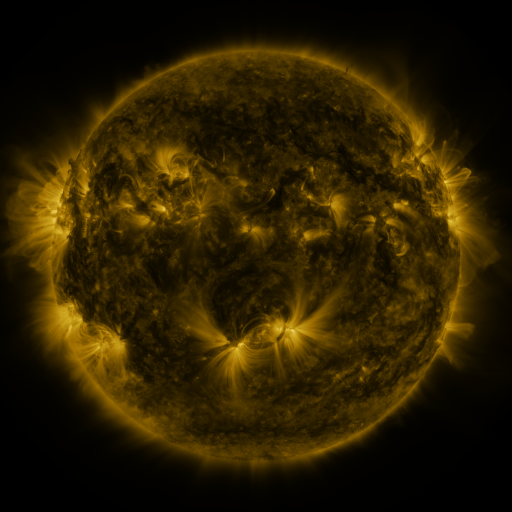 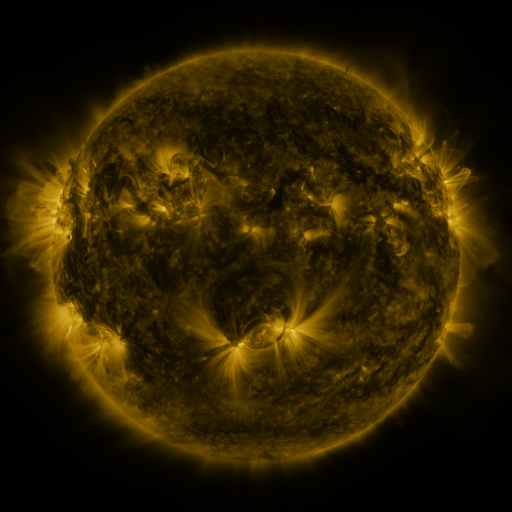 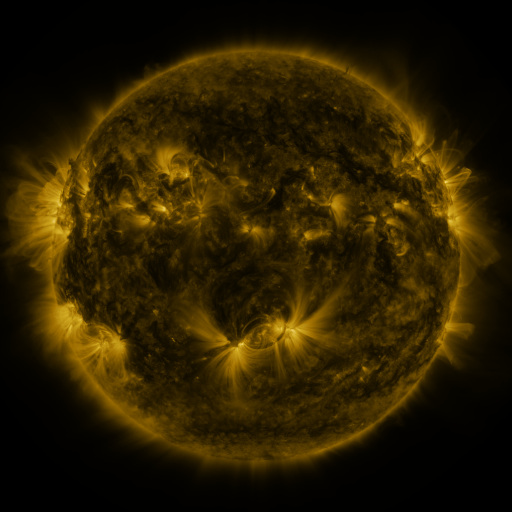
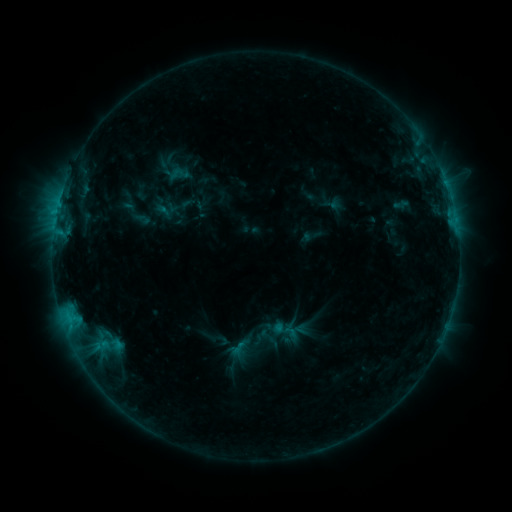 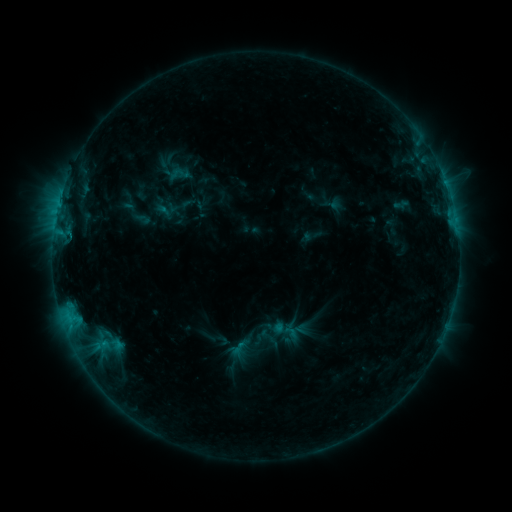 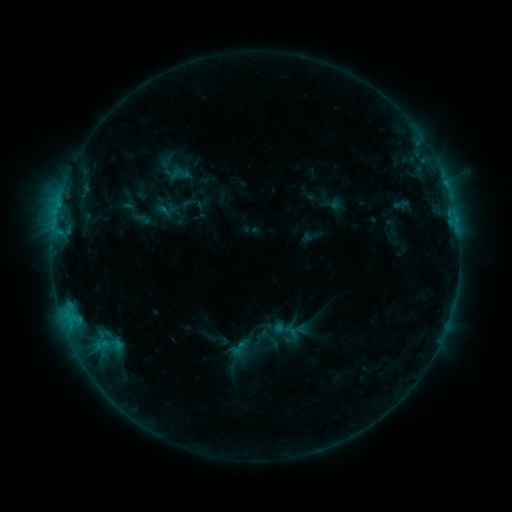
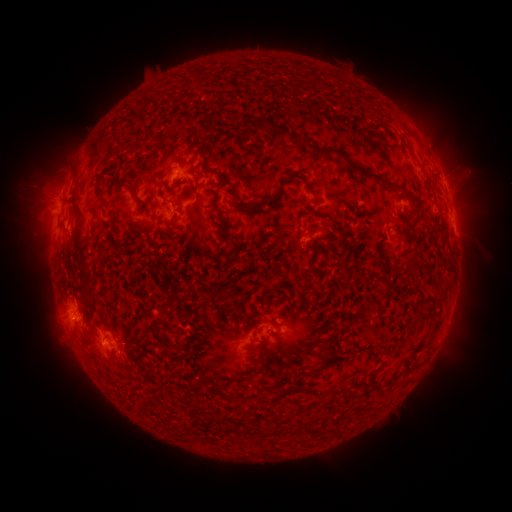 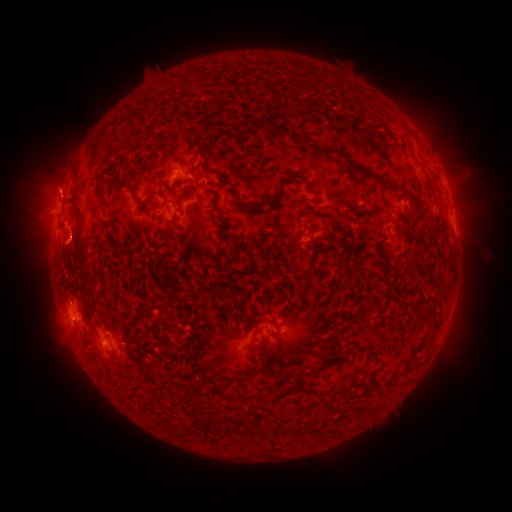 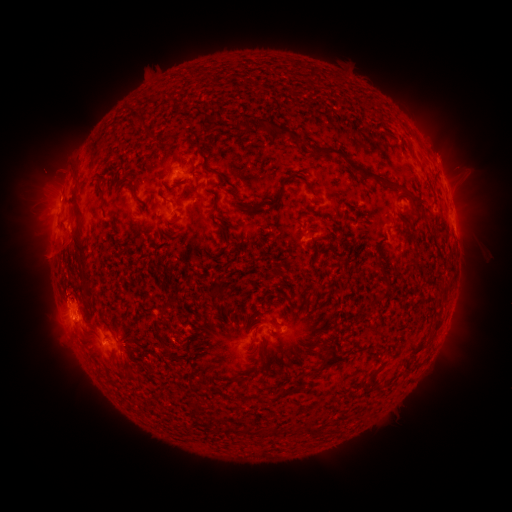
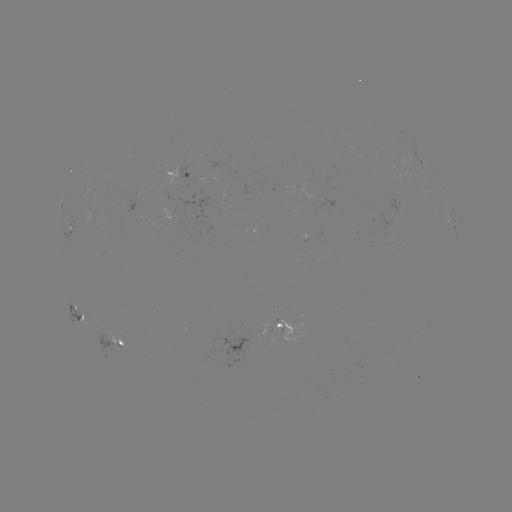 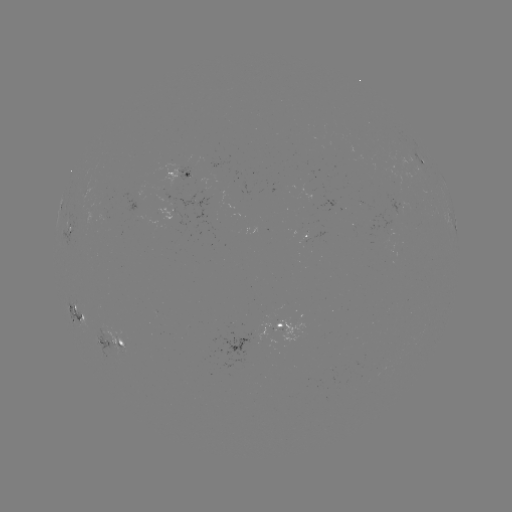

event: eruption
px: (62, 247)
